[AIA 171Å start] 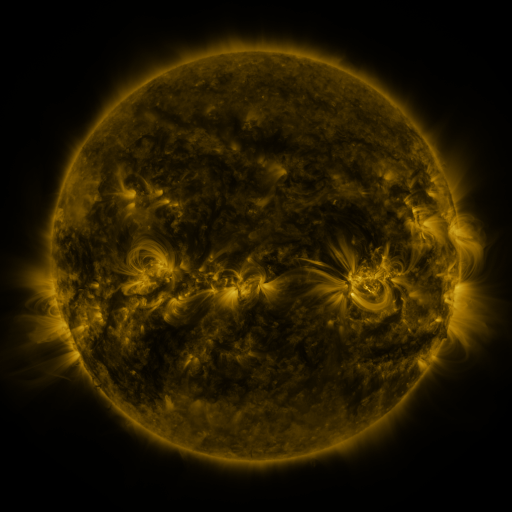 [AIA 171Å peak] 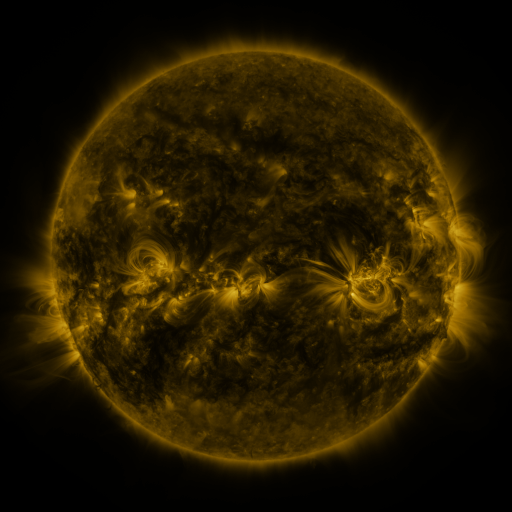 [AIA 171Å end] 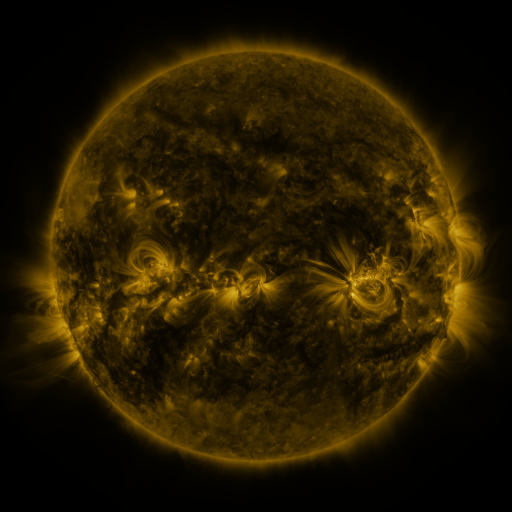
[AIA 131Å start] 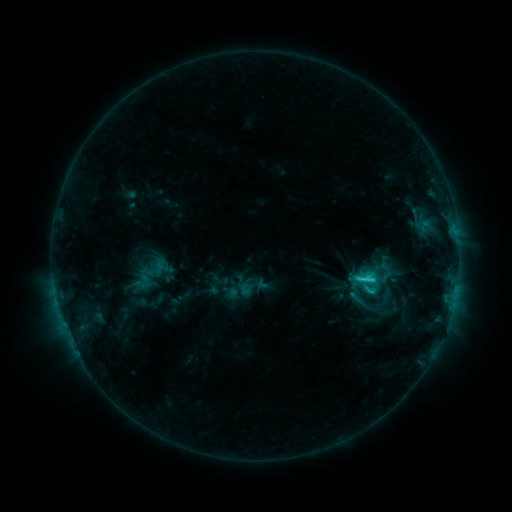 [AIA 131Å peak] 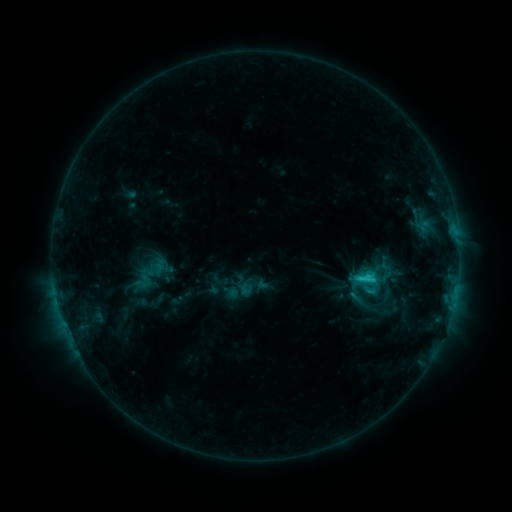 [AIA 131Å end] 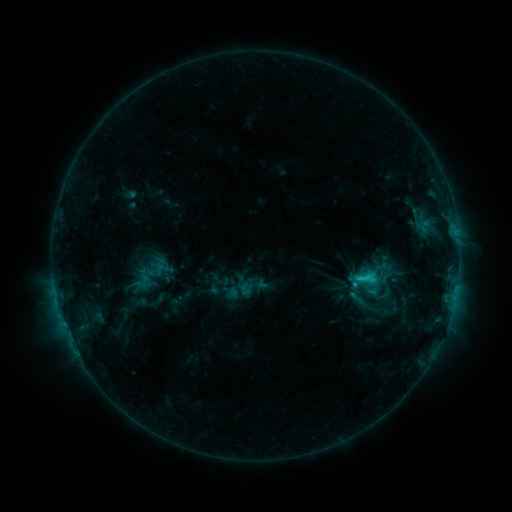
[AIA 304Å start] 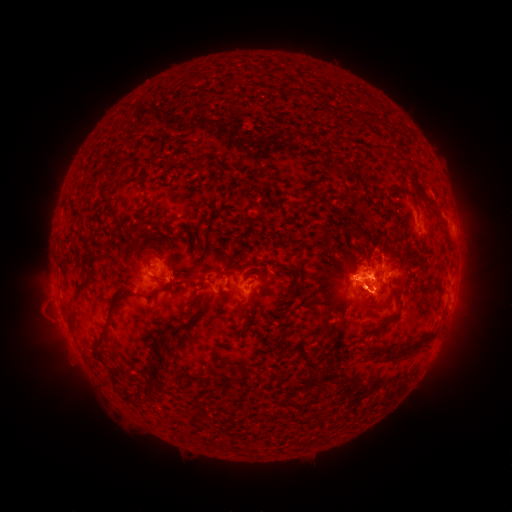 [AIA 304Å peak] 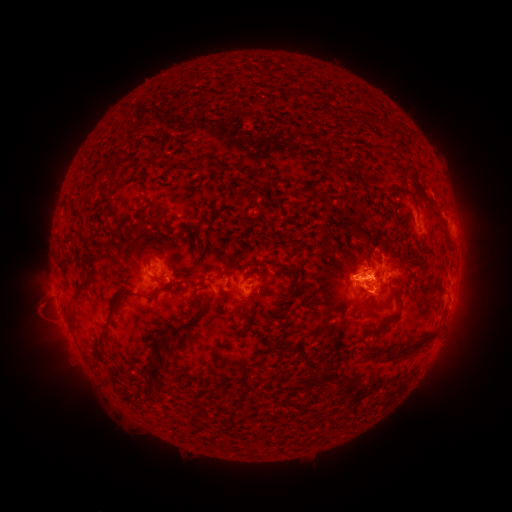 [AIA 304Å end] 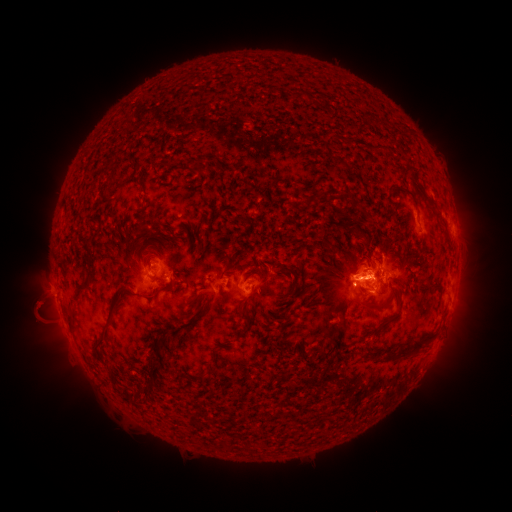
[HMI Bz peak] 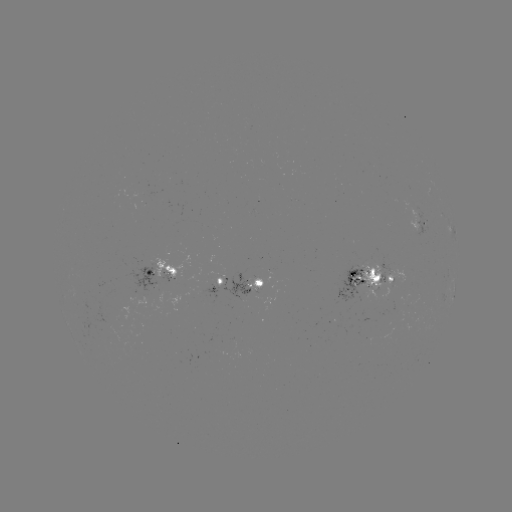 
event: eruption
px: (38, 309)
